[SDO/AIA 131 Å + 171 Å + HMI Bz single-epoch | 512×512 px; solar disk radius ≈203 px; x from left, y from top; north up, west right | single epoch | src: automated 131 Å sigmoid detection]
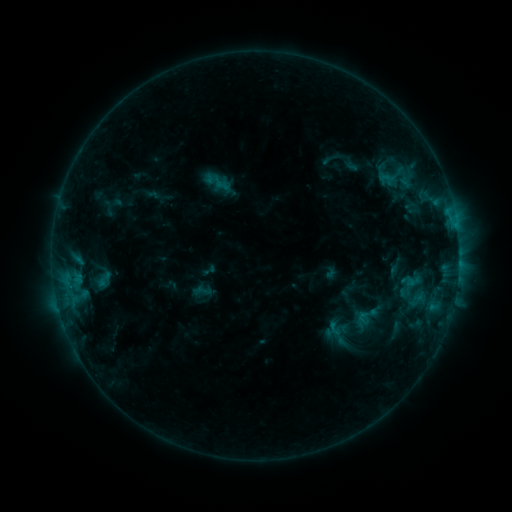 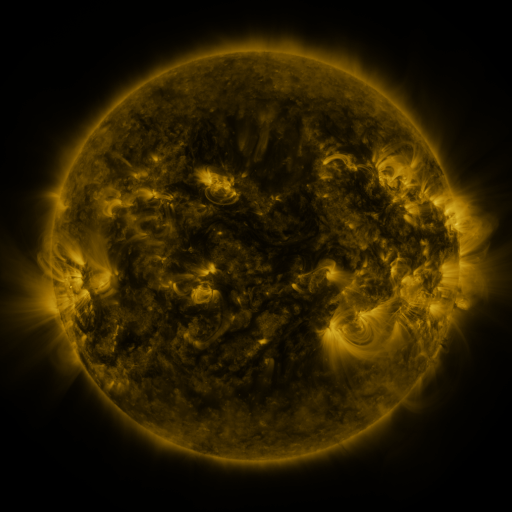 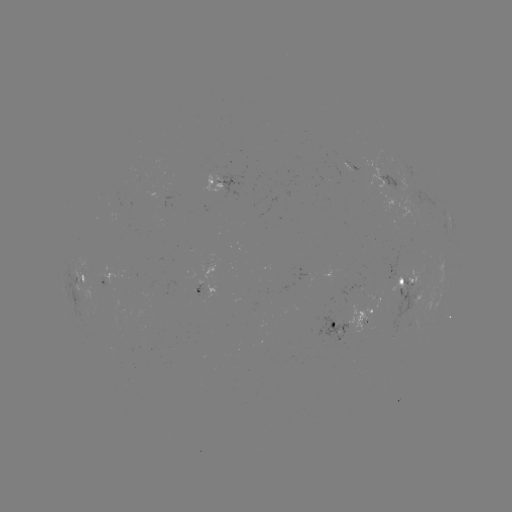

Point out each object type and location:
sigmoid: (104, 279)
